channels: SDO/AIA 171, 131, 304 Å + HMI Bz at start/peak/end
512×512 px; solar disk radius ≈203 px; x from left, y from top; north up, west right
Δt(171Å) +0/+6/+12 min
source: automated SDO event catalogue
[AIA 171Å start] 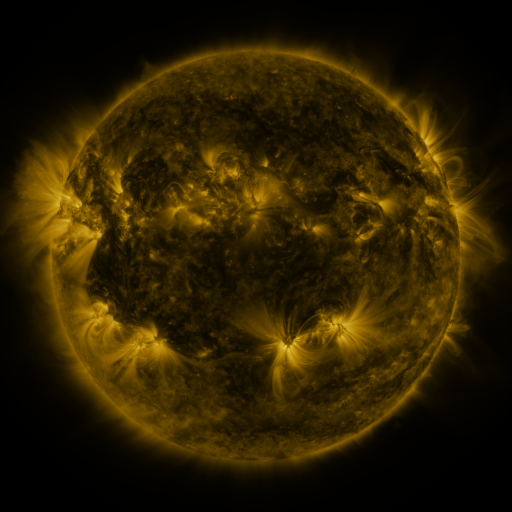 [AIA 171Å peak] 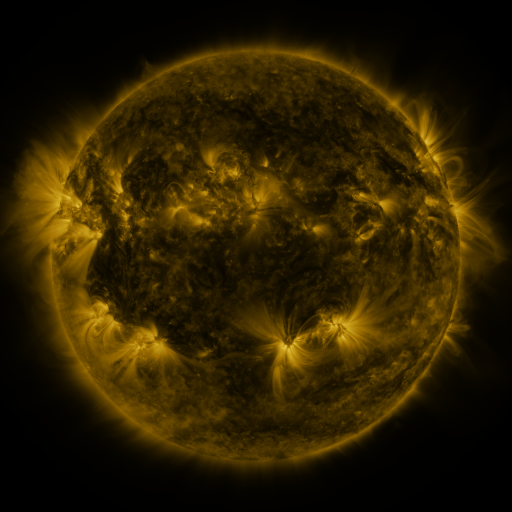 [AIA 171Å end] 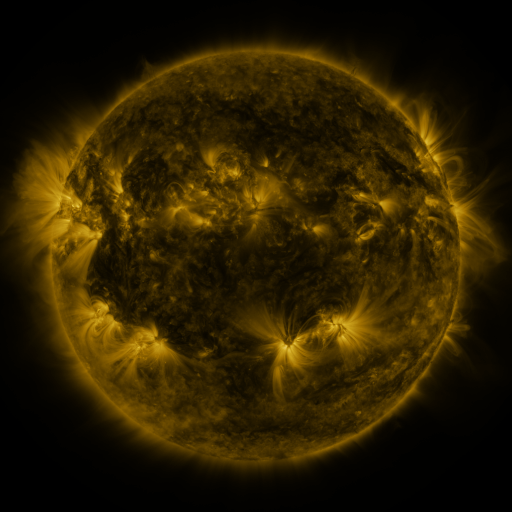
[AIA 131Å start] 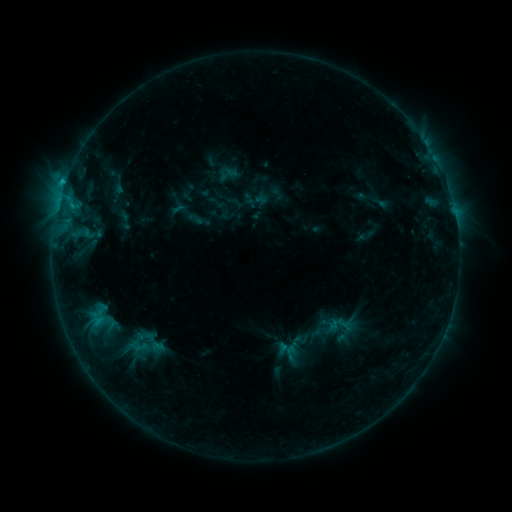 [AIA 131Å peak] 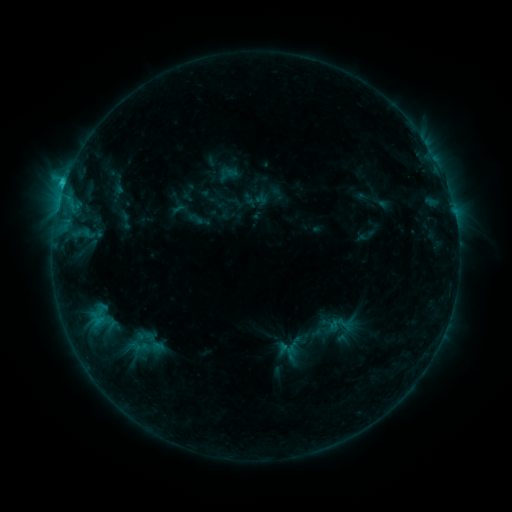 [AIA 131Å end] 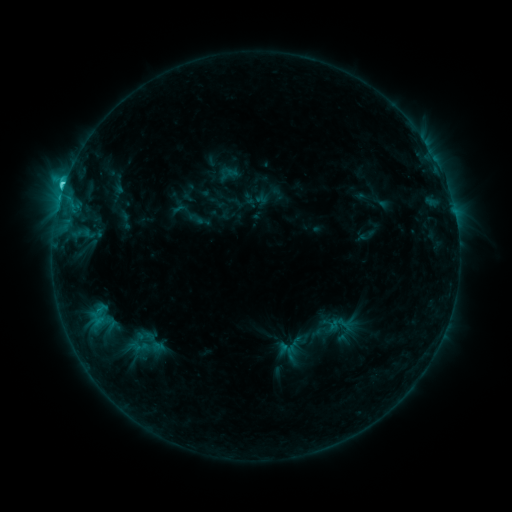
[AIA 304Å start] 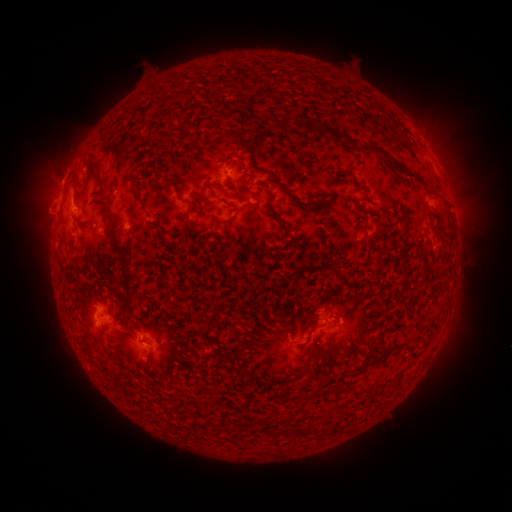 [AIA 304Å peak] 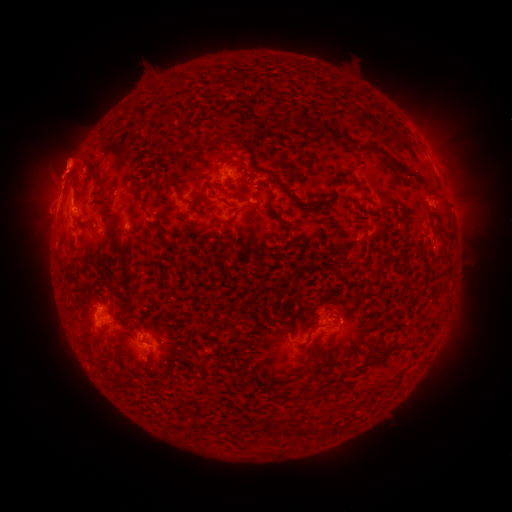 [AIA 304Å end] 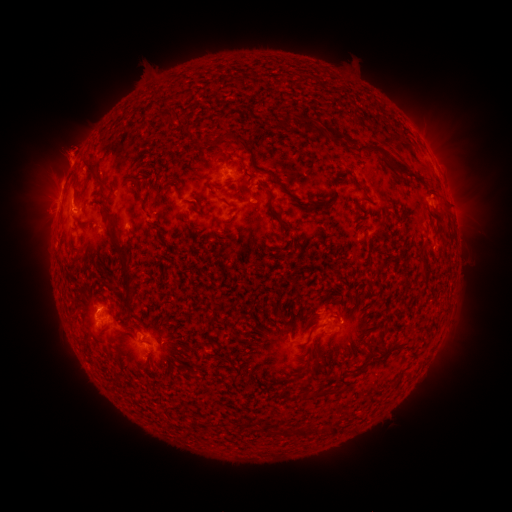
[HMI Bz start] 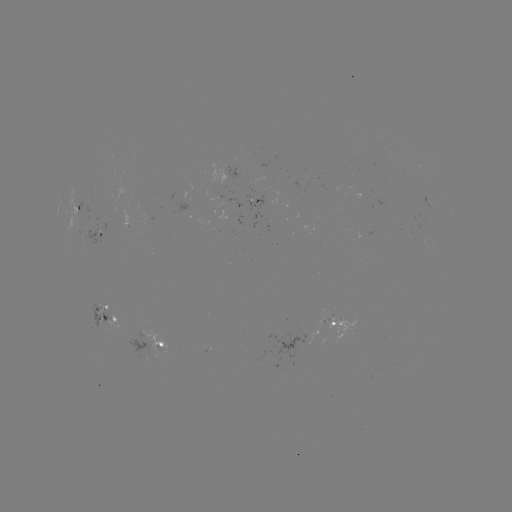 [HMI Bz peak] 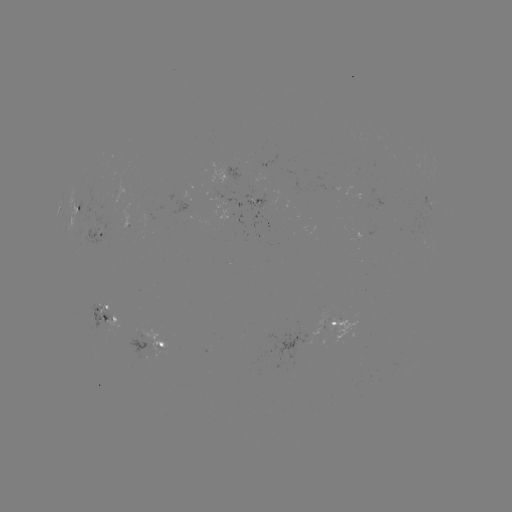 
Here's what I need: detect eruption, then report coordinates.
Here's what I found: eruption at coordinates [115, 158].